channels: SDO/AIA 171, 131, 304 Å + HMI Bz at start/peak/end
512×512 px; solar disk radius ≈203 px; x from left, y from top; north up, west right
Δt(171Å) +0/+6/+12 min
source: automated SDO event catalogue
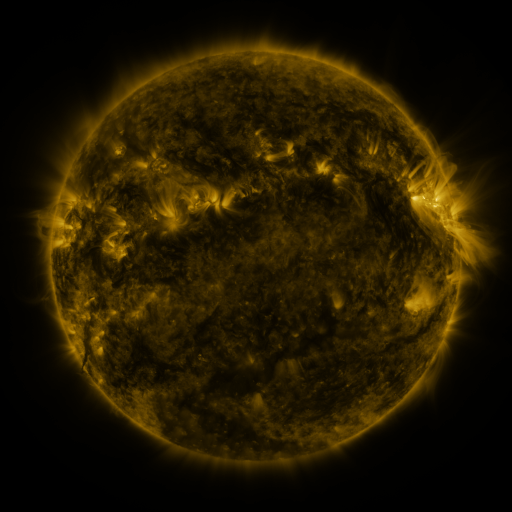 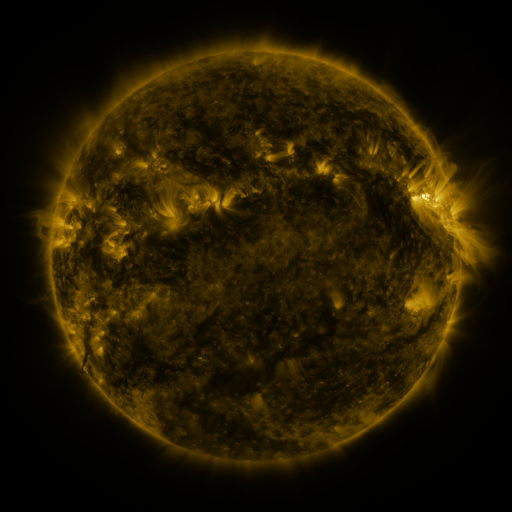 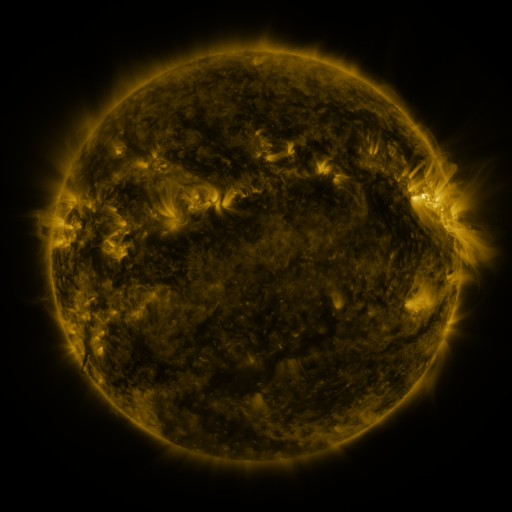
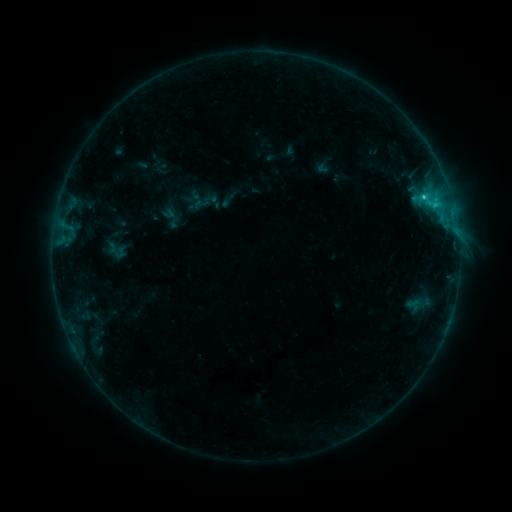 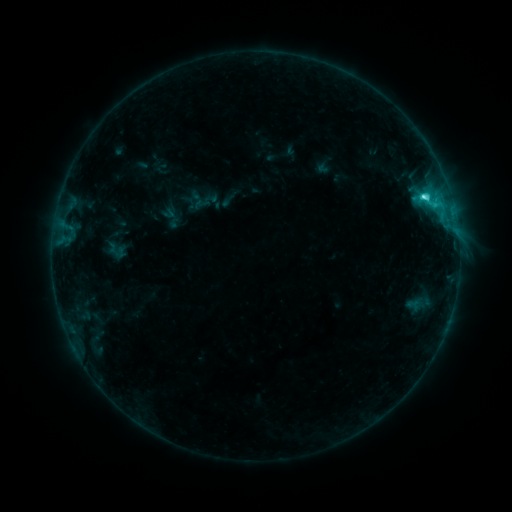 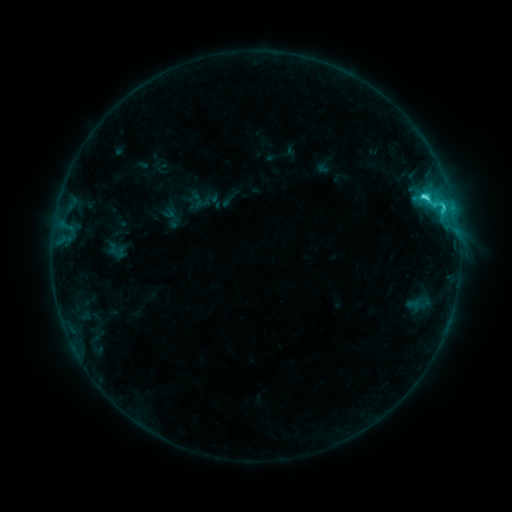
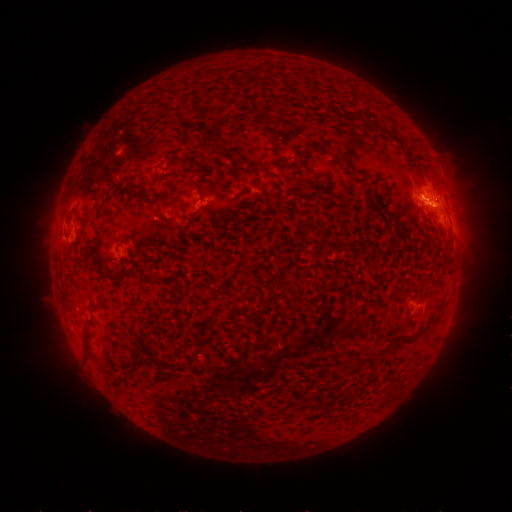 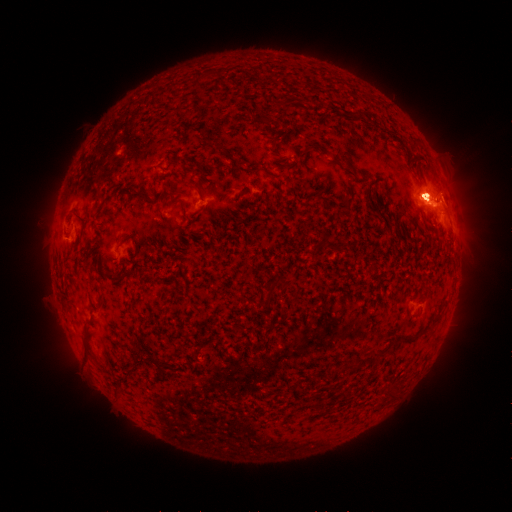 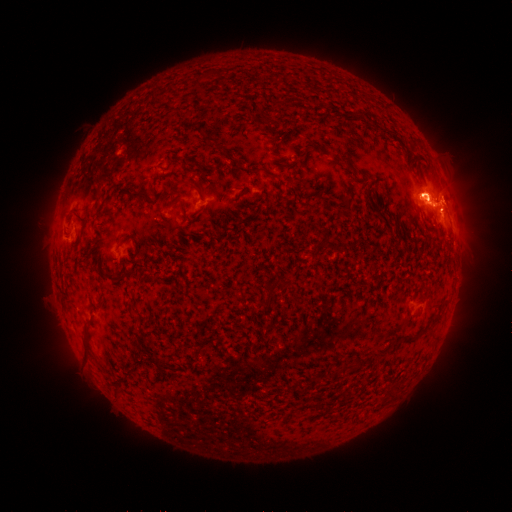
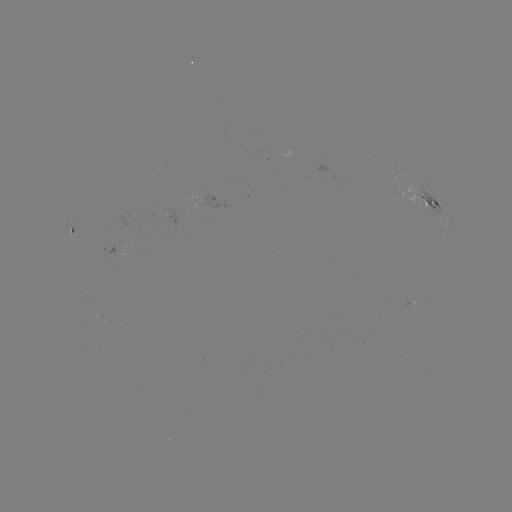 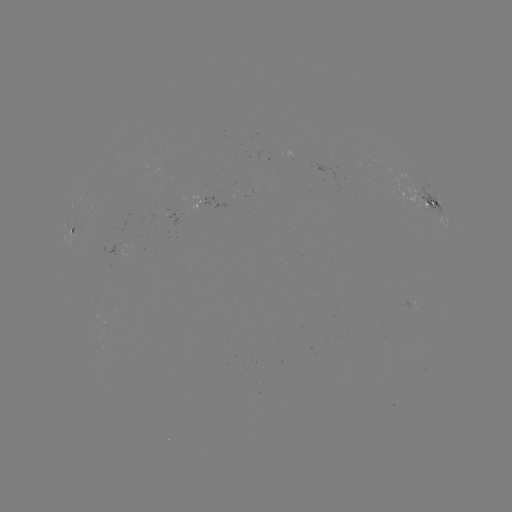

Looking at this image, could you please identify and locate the eruption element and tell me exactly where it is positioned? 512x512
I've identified eruption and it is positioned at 429,189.